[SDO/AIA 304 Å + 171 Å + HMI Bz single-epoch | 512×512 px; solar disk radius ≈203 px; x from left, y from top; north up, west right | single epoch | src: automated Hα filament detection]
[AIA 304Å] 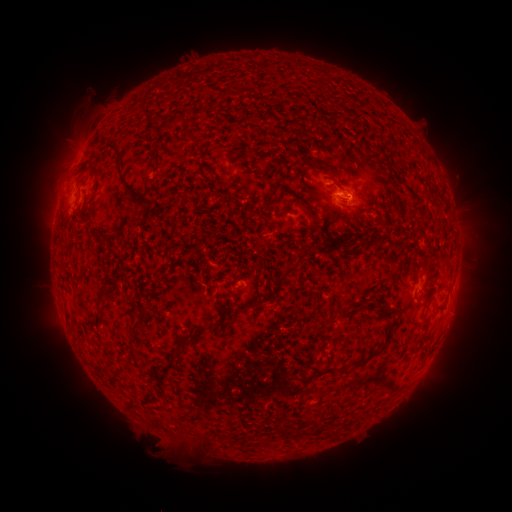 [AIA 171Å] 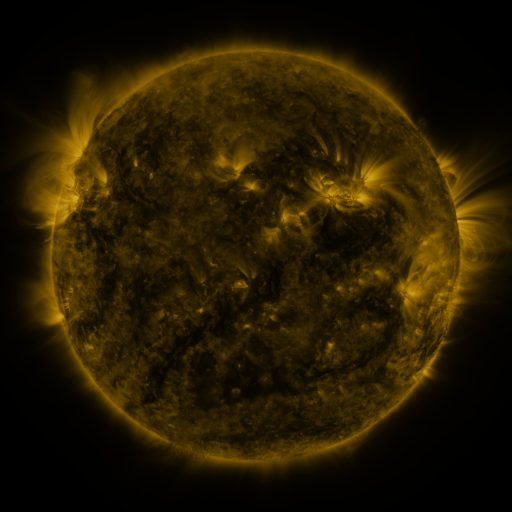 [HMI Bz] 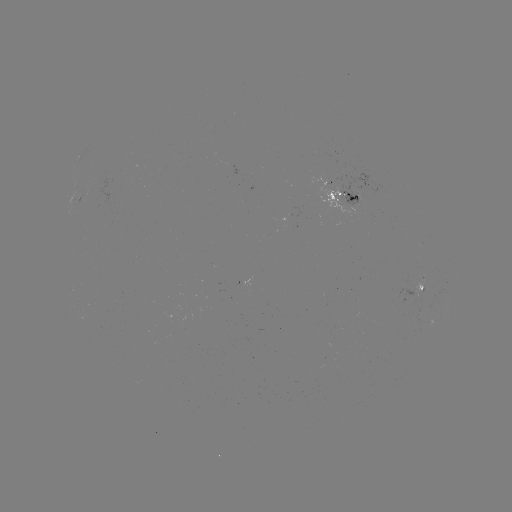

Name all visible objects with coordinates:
filament: [312, 78, 323, 88]
filament: [136, 104, 146, 114]
filament: [169, 115, 187, 132]
filament: [103, 142, 142, 200]
filament: [82, 160, 98, 179]
filament: [317, 163, 336, 176]
filament: [263, 194, 277, 208]
filament: [145, 200, 154, 208]
filament: [301, 203, 310, 214]
filament: [79, 208, 93, 223]
filament: [96, 235, 104, 245]
filament: [363, 235, 385, 246]
filament: [276, 245, 311, 288]
filament: [96, 289, 107, 323]
filament: [423, 293, 434, 302]
filament: [266, 294, 278, 301]
filament: [242, 302, 255, 309]
filament: [209, 317, 220, 333]
filament: [351, 317, 398, 366]
filament: [130, 320, 142, 336]
filament: [100, 356, 119, 375]
filament: [297, 427, 307, 438]
